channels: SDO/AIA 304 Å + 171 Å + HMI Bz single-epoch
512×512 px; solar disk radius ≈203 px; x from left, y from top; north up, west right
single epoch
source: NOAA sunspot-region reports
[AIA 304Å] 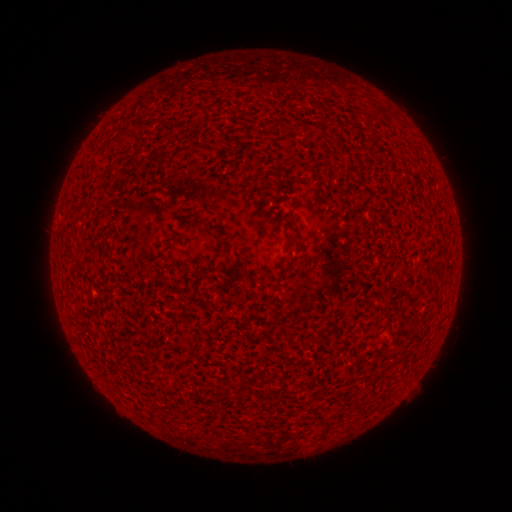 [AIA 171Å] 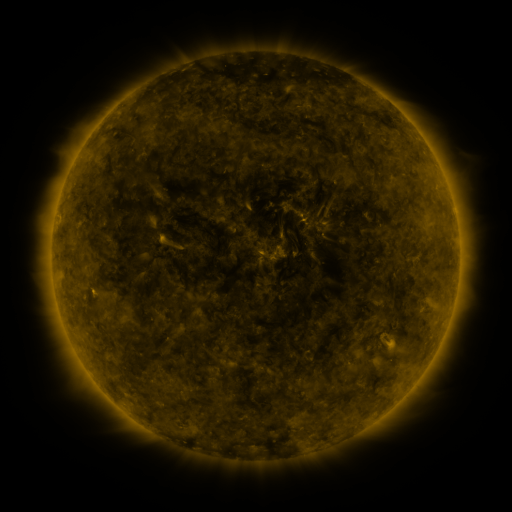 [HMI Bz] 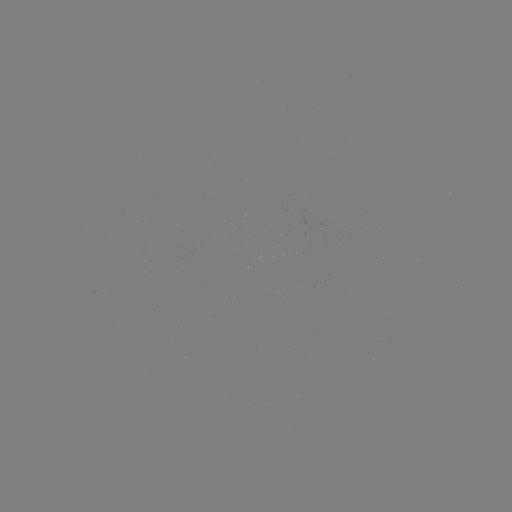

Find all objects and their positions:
(none)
